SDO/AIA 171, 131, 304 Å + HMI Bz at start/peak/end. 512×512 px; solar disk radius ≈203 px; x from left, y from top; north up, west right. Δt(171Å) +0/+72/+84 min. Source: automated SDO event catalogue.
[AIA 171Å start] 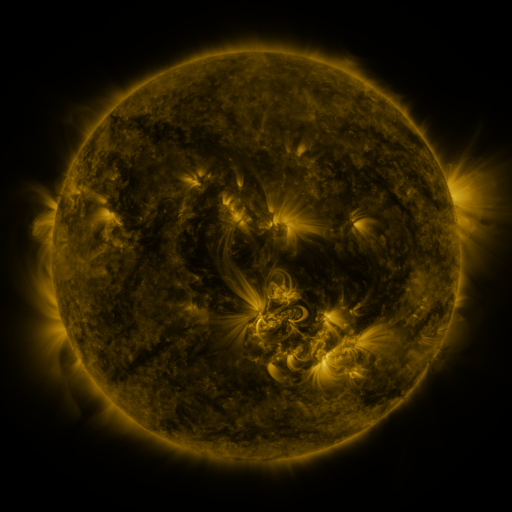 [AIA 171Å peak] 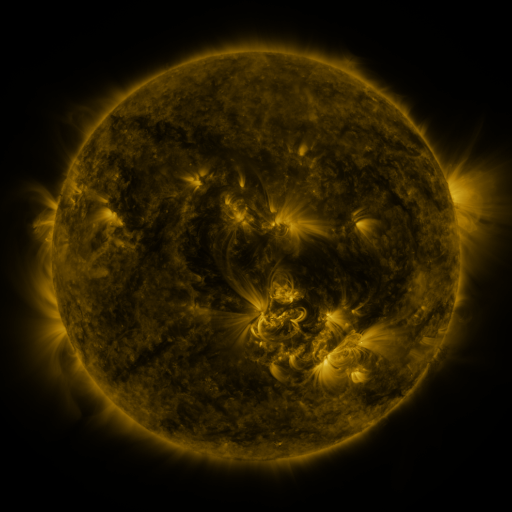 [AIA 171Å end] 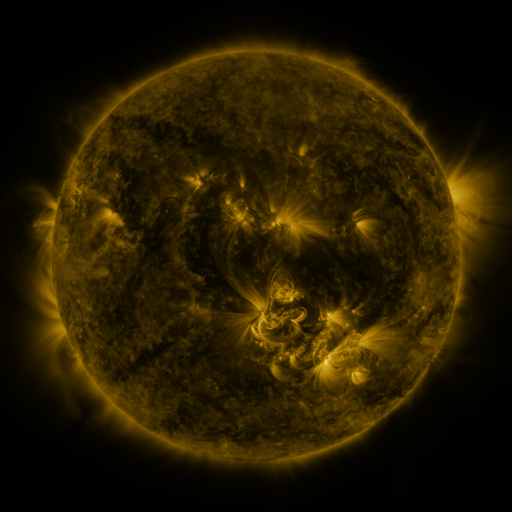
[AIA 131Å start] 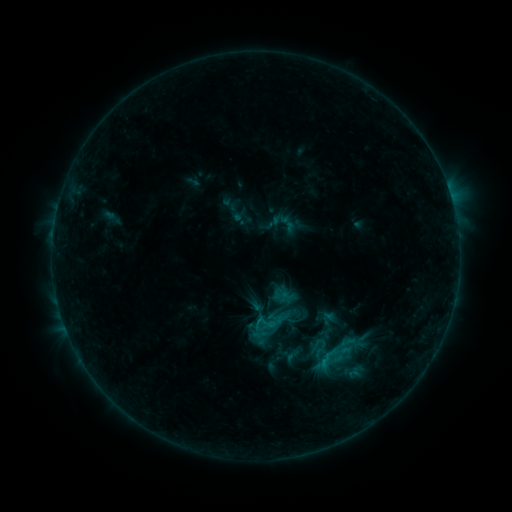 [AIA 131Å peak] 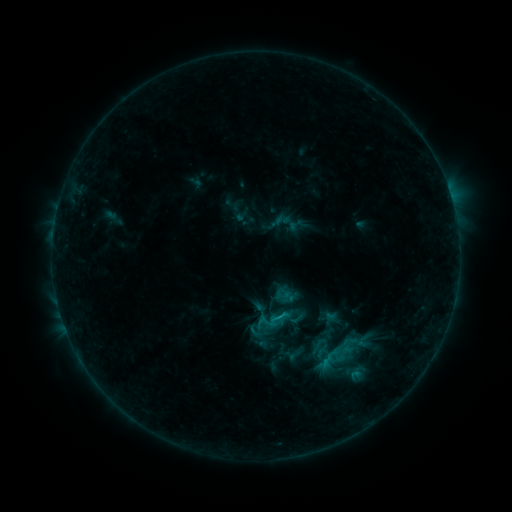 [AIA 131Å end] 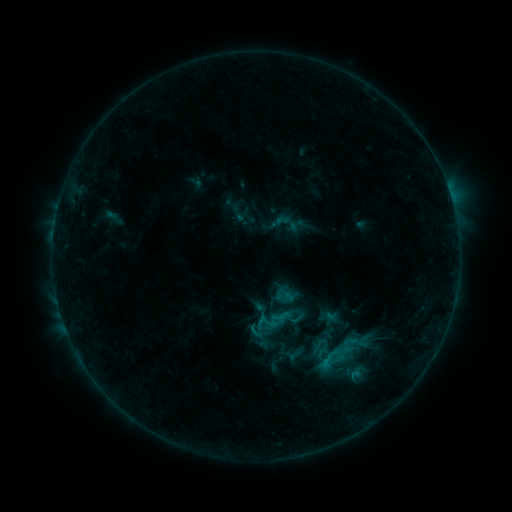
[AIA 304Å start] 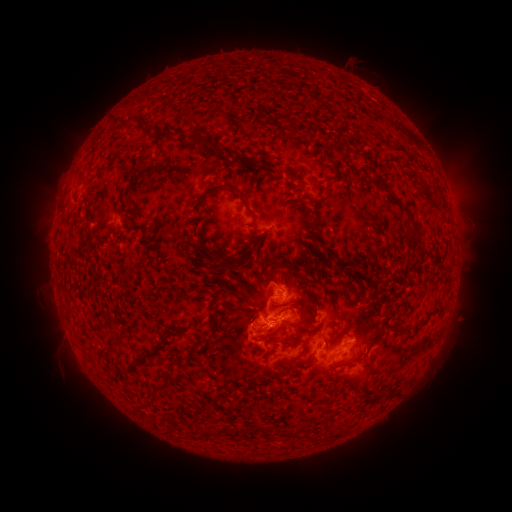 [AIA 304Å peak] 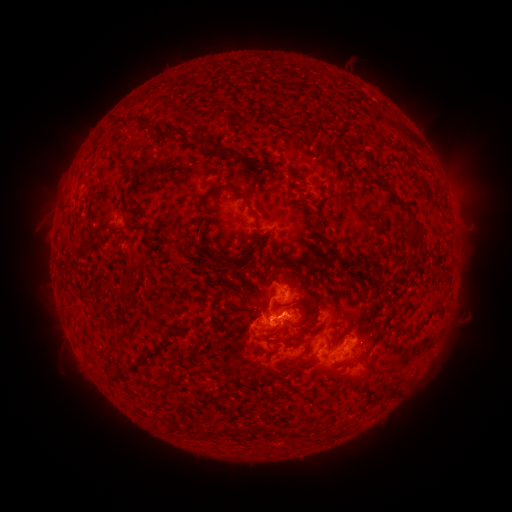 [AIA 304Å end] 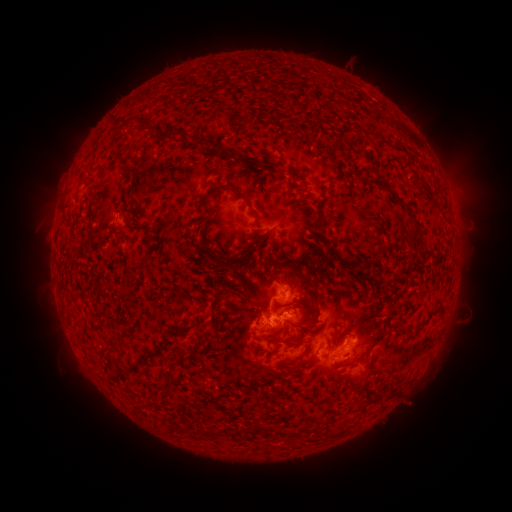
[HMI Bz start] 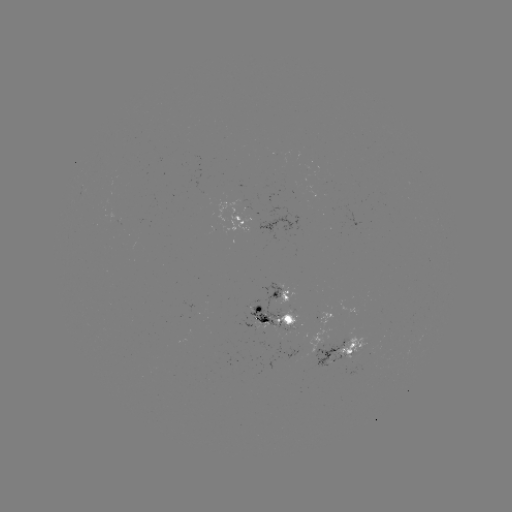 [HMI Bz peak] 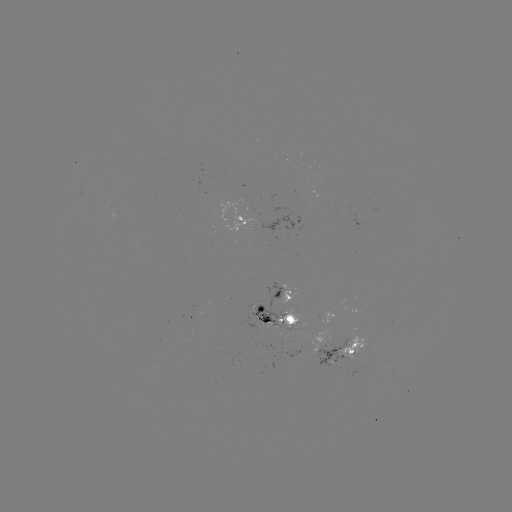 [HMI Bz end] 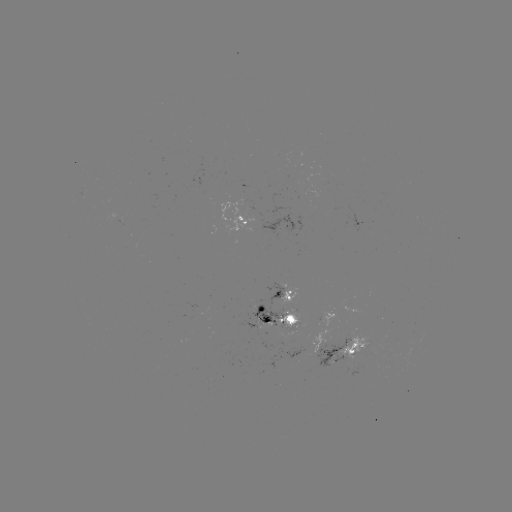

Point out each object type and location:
emerging-flux region: (319, 344)
